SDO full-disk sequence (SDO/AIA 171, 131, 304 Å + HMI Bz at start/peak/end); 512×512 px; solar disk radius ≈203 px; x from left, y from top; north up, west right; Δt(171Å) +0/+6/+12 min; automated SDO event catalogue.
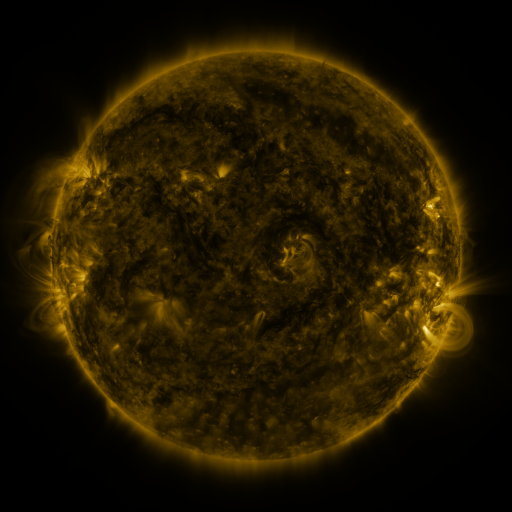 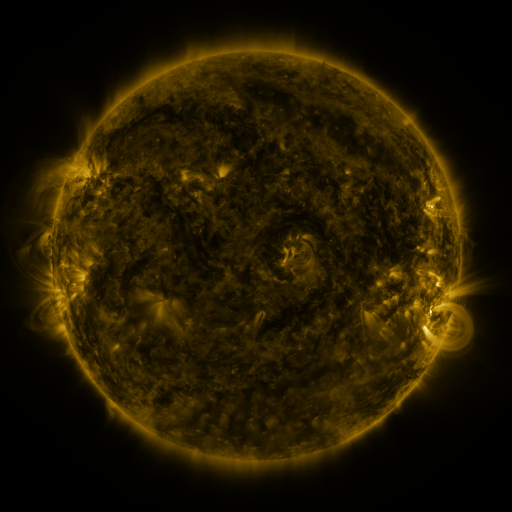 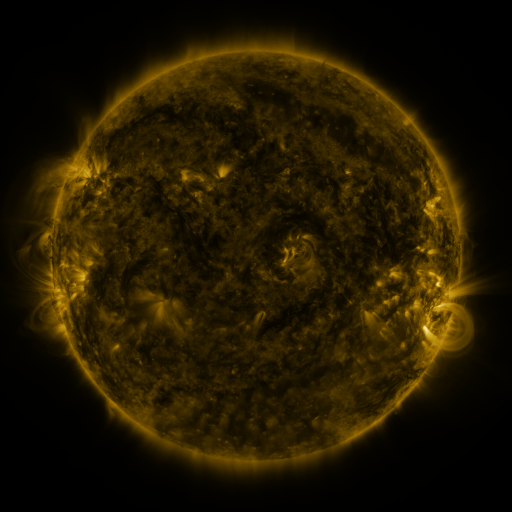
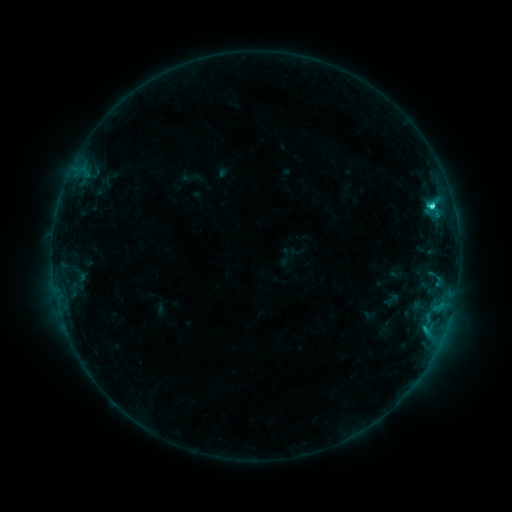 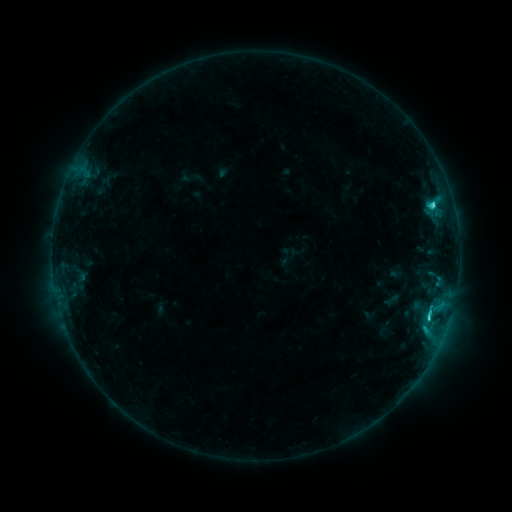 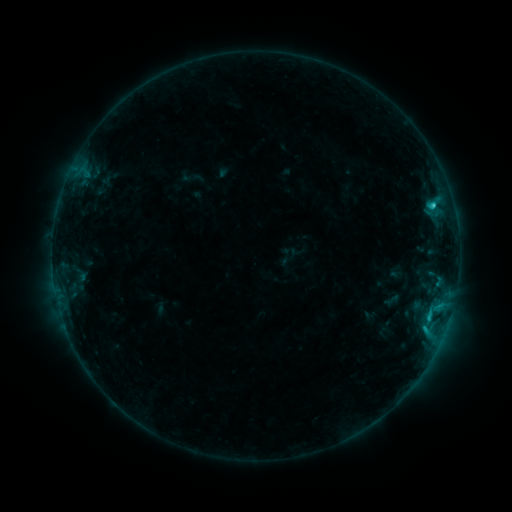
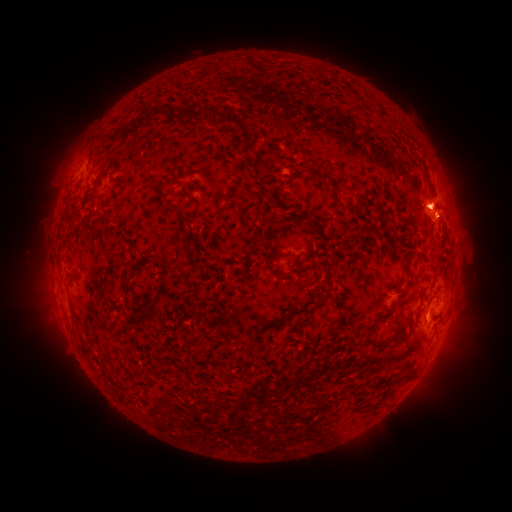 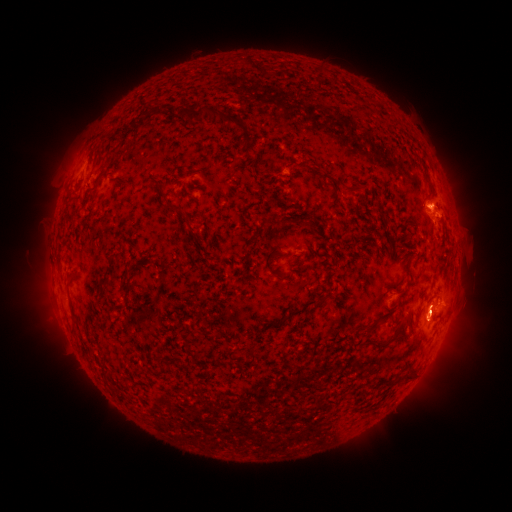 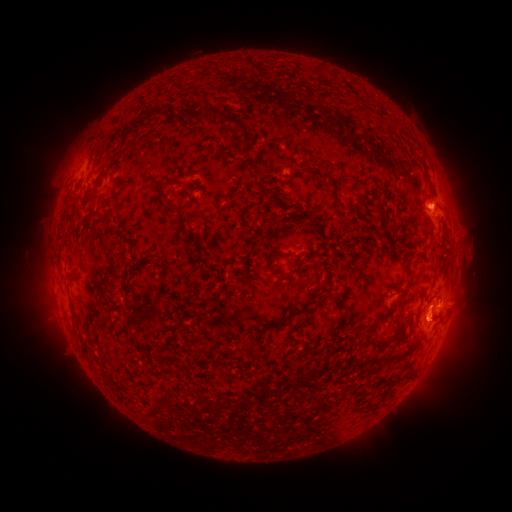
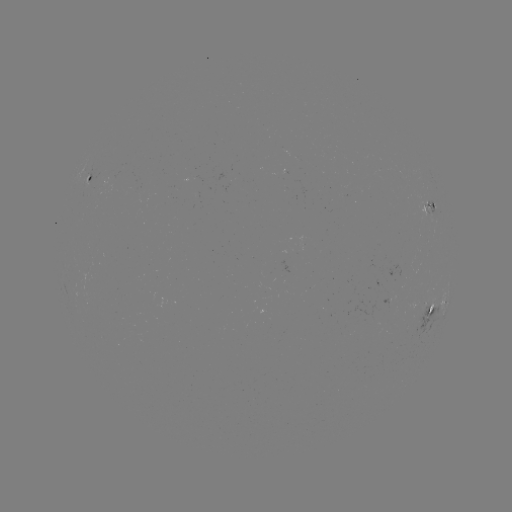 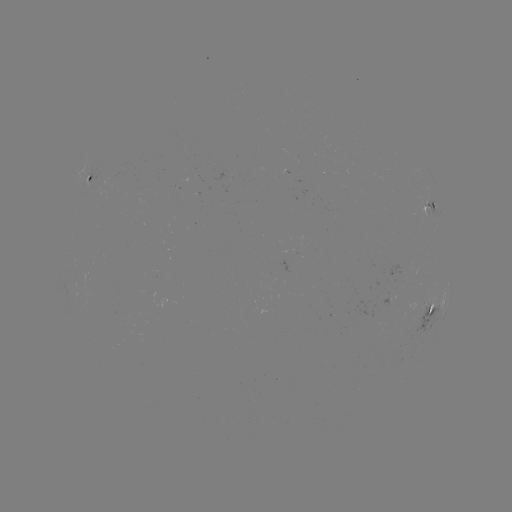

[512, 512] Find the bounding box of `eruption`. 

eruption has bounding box [406, 280, 470, 361].